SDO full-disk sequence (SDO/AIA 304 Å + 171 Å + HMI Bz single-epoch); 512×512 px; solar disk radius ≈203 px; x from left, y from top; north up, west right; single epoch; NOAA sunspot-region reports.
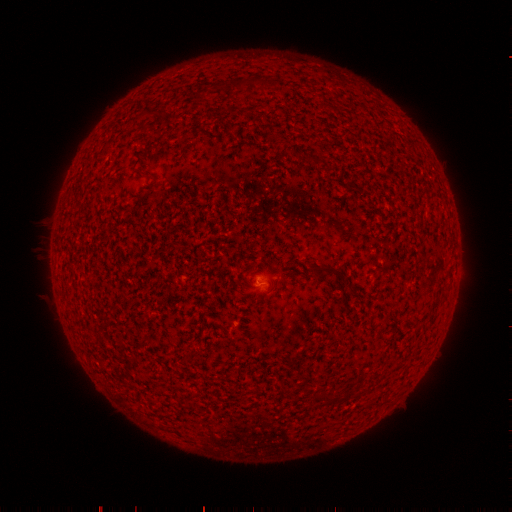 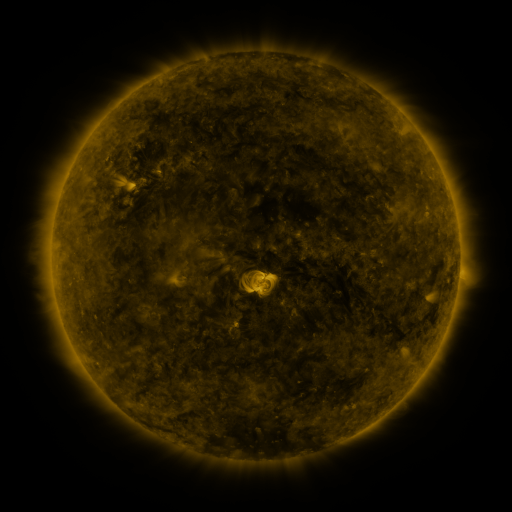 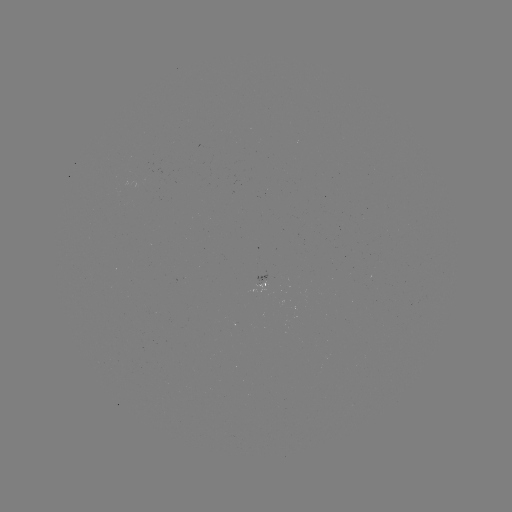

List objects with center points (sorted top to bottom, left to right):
spotted active region: (262, 285)
